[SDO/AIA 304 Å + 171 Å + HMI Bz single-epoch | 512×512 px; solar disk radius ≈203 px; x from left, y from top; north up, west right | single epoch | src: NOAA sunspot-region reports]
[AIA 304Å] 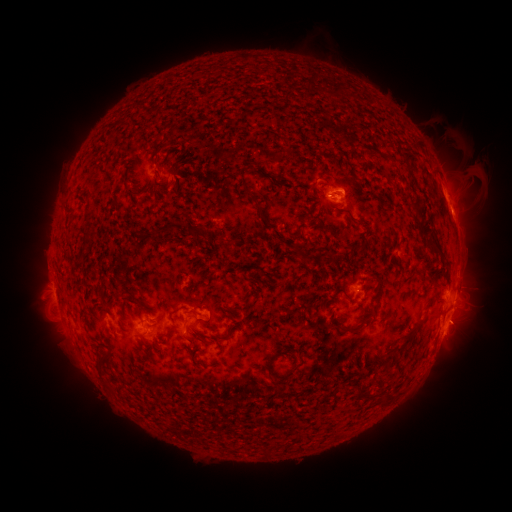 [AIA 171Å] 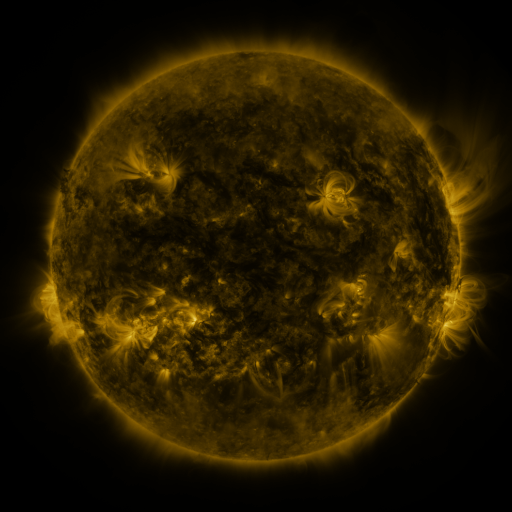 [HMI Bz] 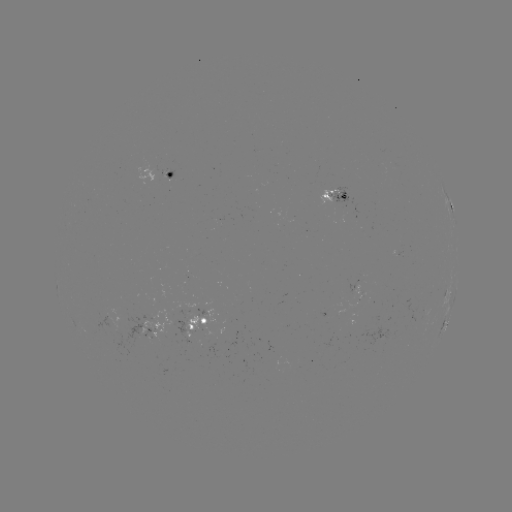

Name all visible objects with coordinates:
spotted active region: (162, 175)
spotted active region: (337, 196)
spotted active region: (449, 203)
spotted active region: (353, 287)
spotted active region: (449, 288)
spotted active region: (455, 294)
spotted active region: (202, 322)
spotted active region: (447, 322)
spotted active region: (150, 325)
